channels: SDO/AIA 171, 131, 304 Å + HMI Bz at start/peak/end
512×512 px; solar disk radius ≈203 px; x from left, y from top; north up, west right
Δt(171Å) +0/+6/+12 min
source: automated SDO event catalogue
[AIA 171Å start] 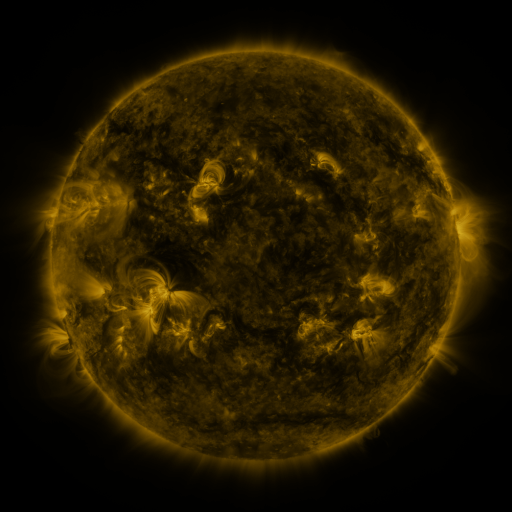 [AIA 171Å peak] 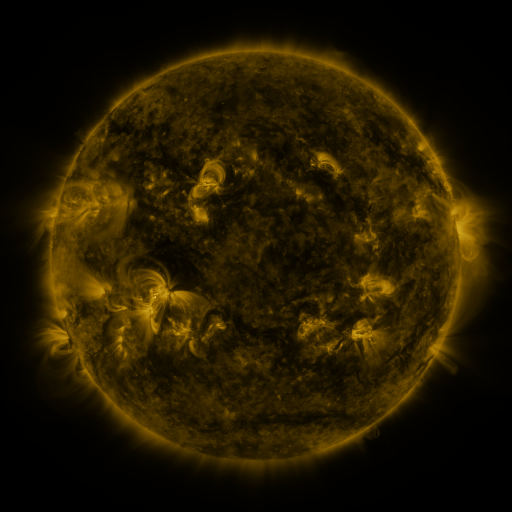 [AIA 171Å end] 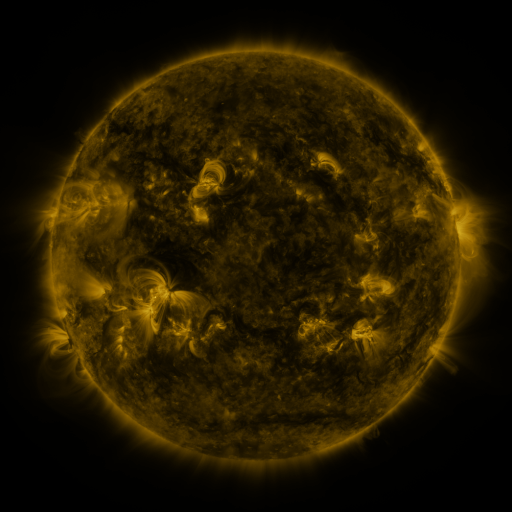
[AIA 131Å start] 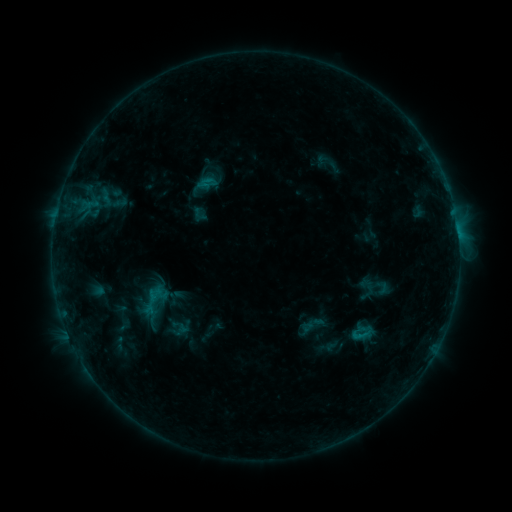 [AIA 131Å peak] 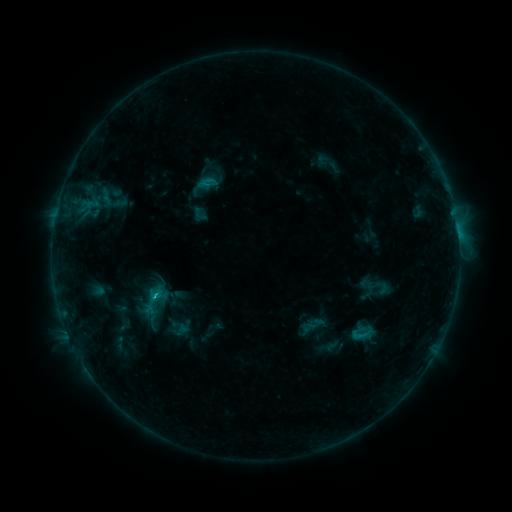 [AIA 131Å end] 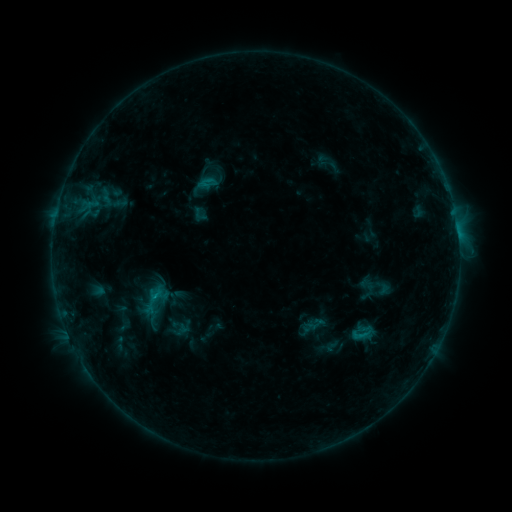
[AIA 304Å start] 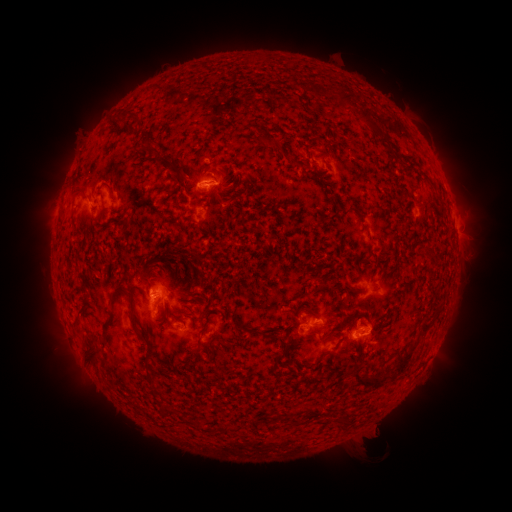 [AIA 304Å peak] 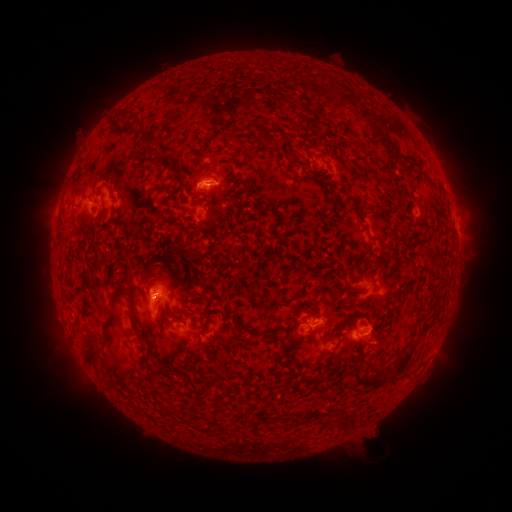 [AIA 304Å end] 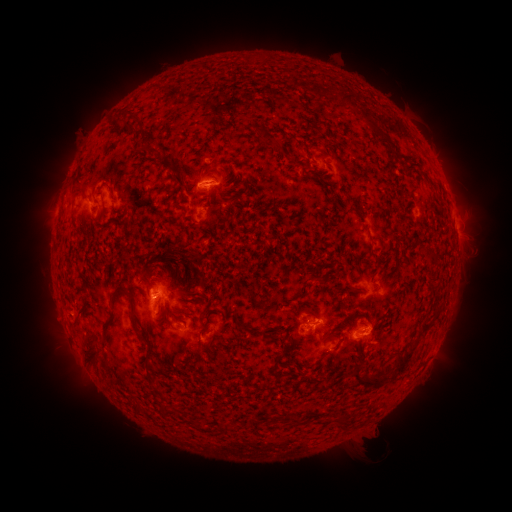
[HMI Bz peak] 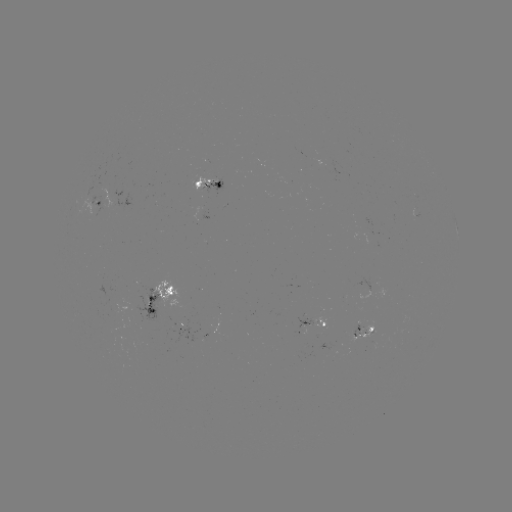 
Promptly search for B9.6 flare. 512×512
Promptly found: (155, 296).